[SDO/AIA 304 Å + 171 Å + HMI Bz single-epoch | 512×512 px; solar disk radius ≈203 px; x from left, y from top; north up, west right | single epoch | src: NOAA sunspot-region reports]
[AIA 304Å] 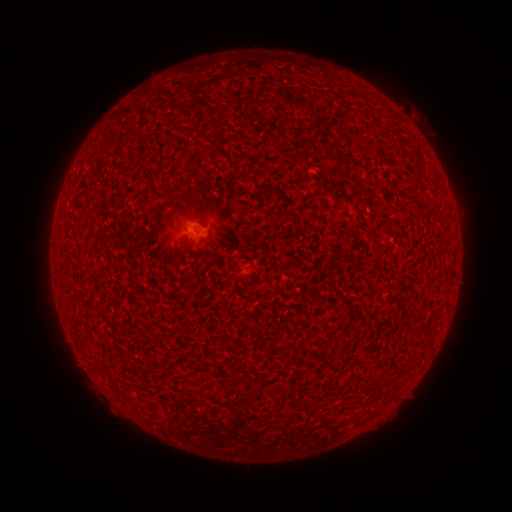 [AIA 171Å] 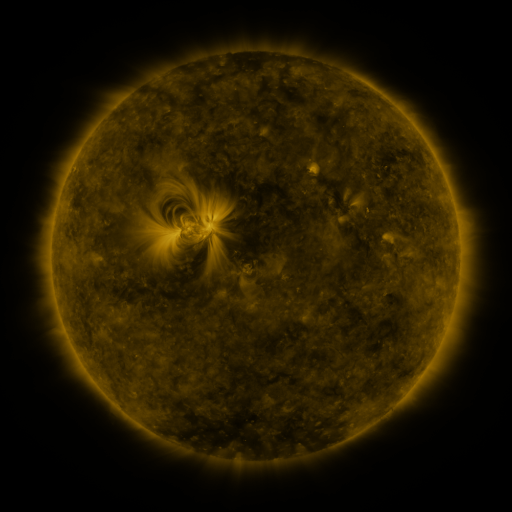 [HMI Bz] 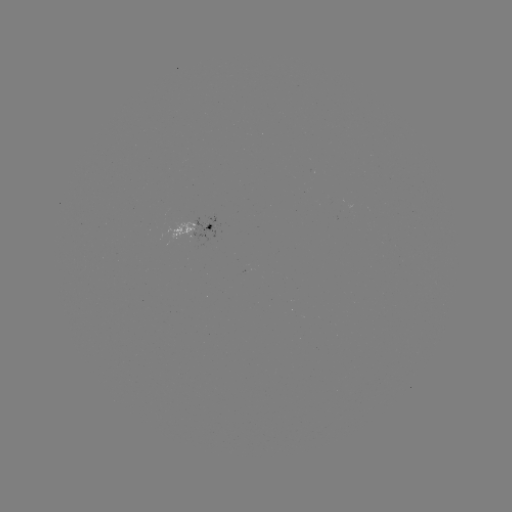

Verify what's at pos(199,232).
spotted active region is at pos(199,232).